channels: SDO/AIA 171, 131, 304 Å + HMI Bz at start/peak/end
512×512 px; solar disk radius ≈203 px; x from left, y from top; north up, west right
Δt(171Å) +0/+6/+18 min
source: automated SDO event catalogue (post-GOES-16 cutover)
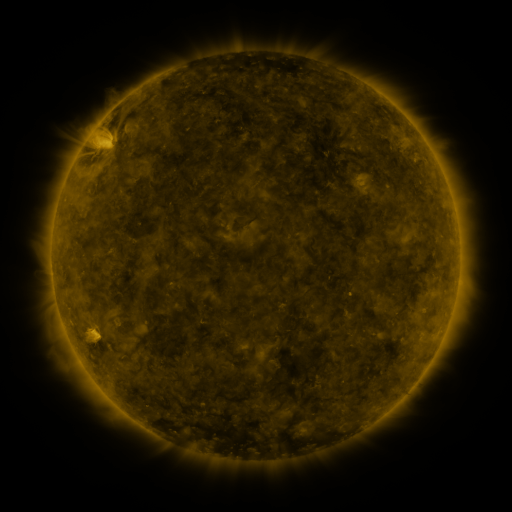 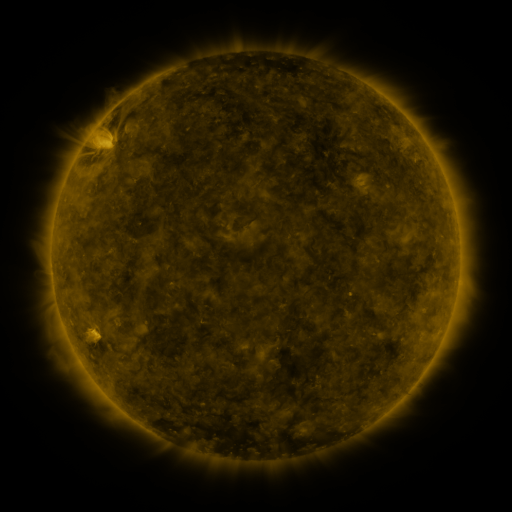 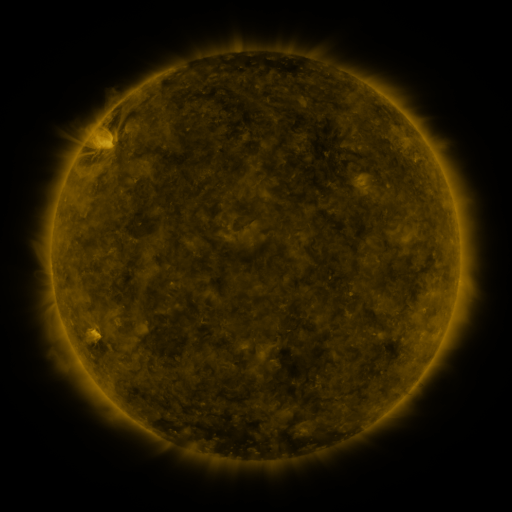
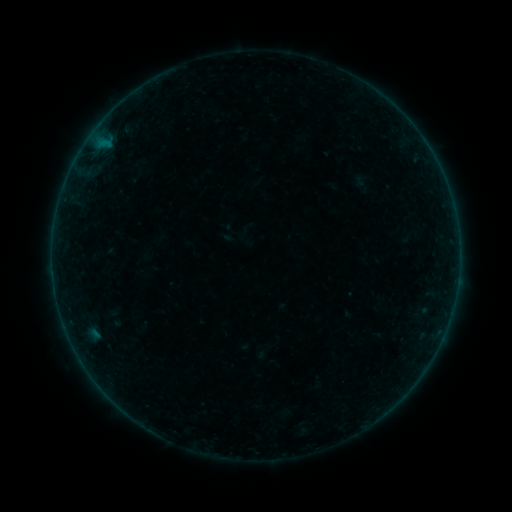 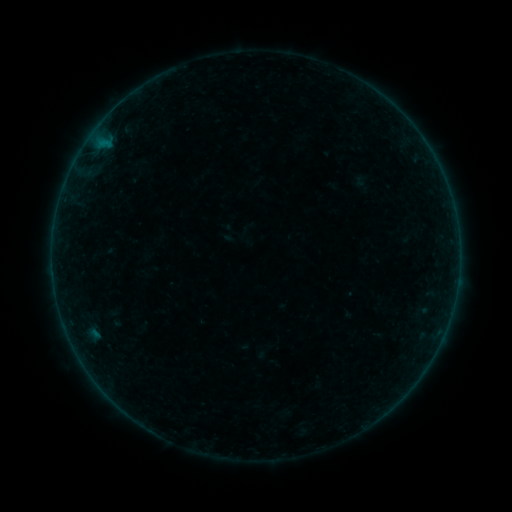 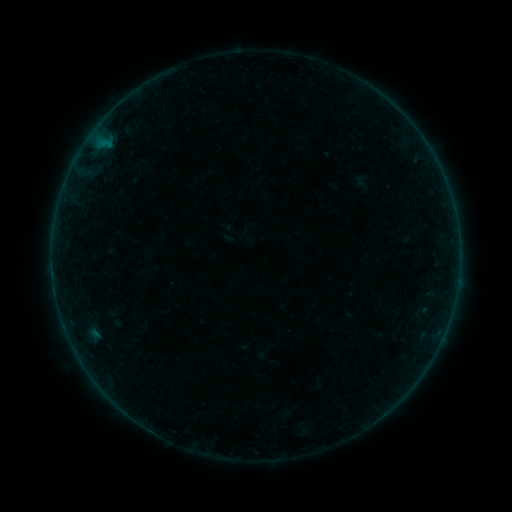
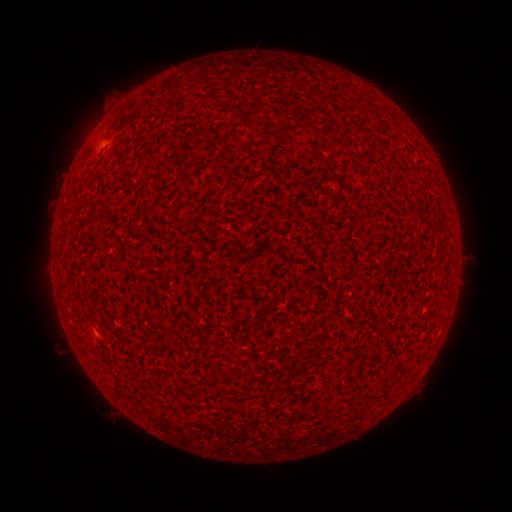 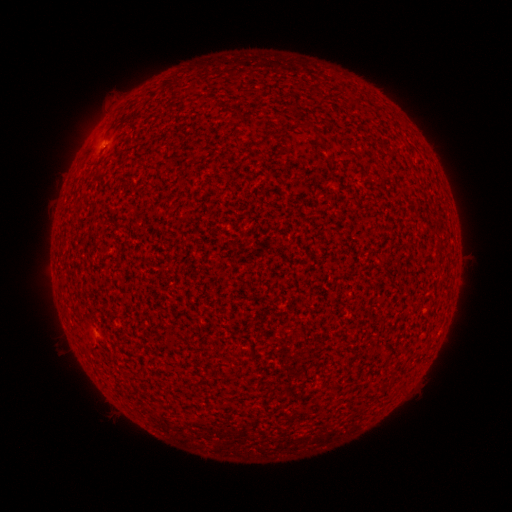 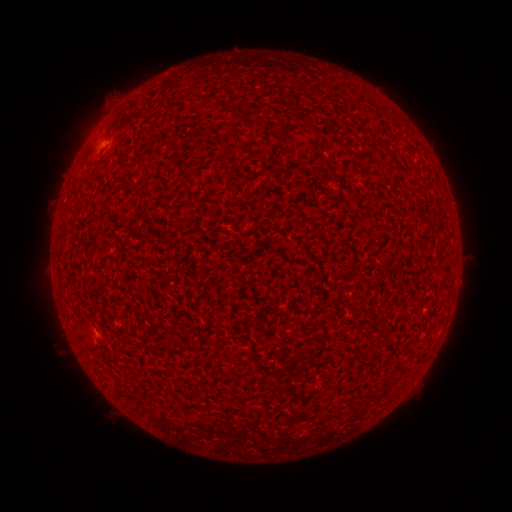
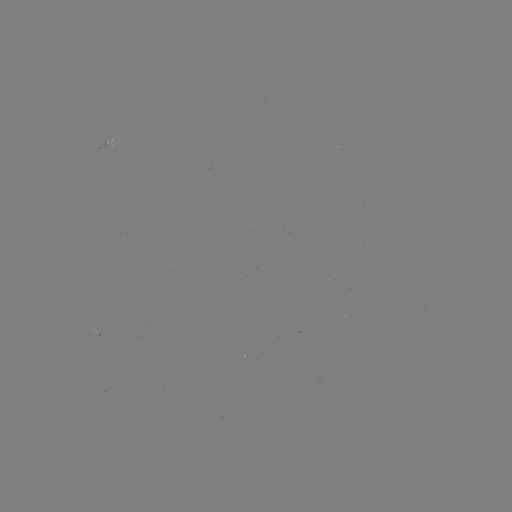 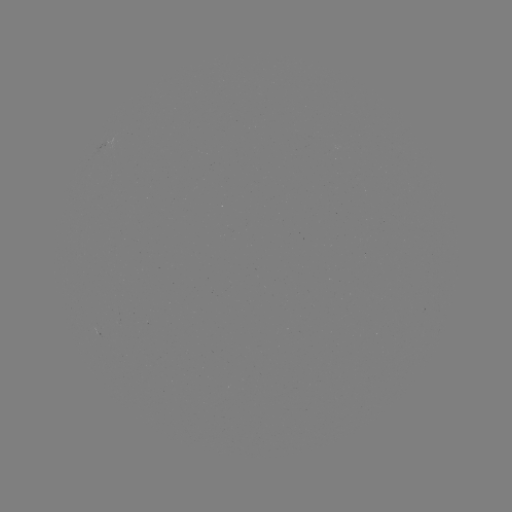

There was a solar flare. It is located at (102, 145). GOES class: A2.3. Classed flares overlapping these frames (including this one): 1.